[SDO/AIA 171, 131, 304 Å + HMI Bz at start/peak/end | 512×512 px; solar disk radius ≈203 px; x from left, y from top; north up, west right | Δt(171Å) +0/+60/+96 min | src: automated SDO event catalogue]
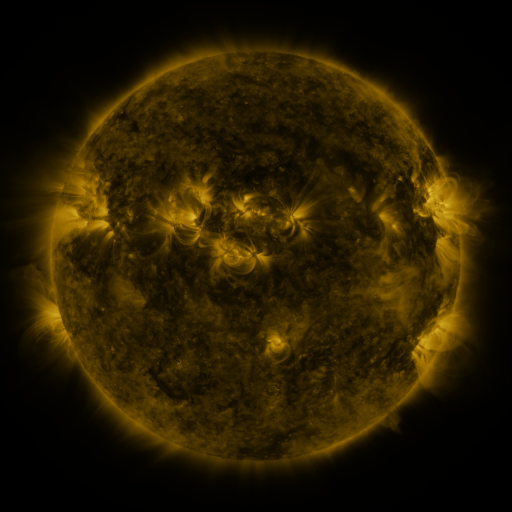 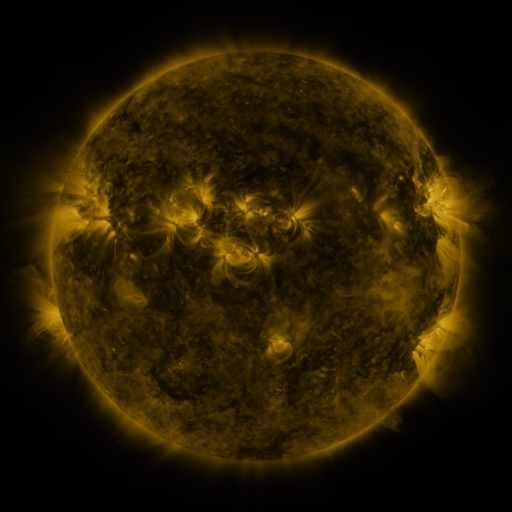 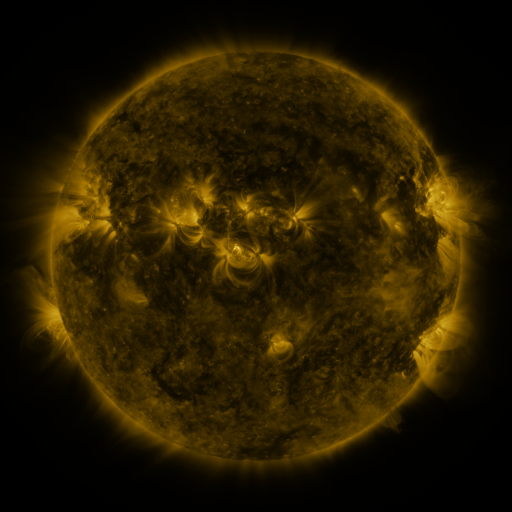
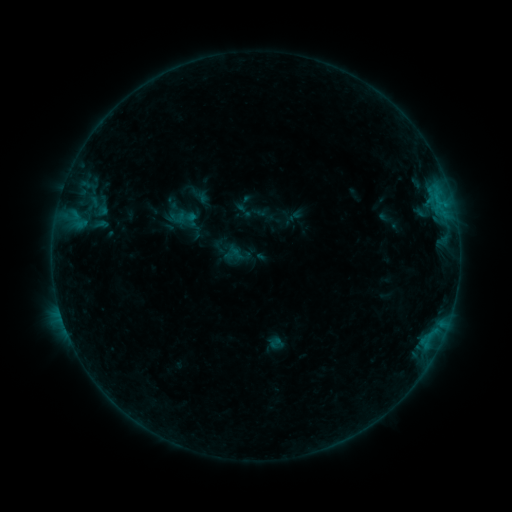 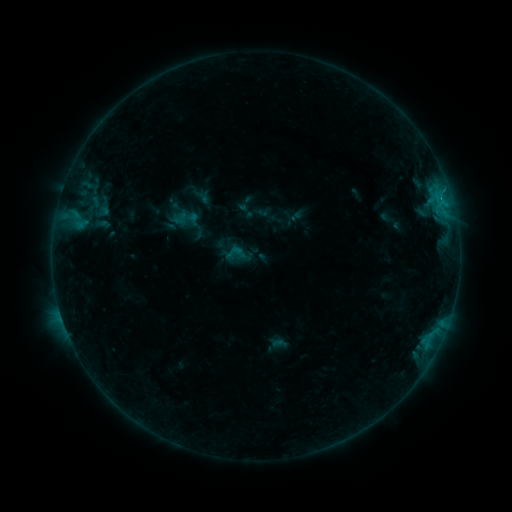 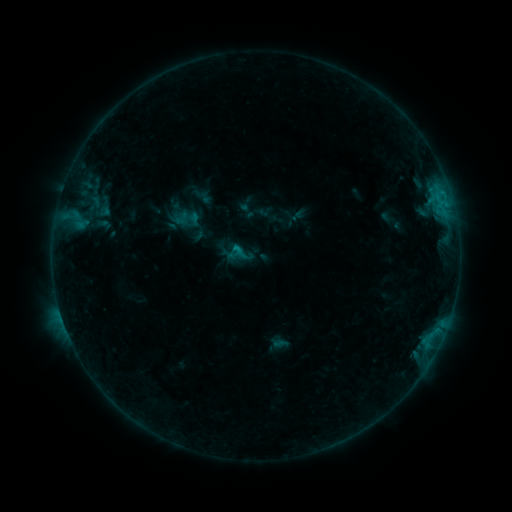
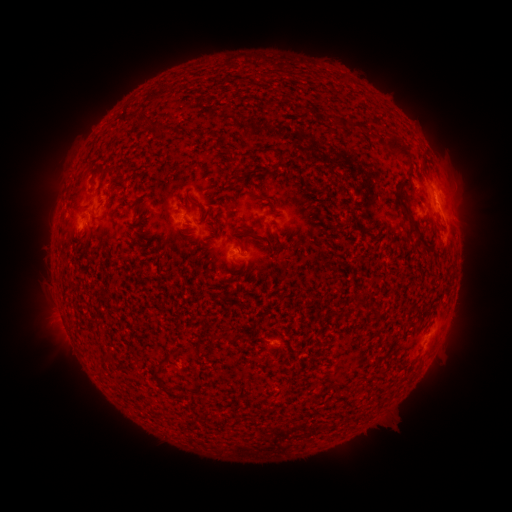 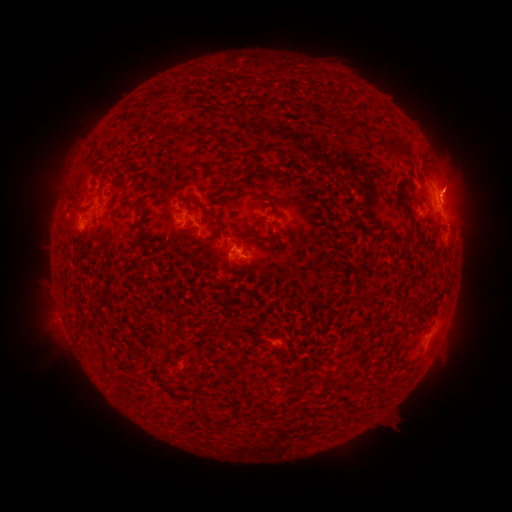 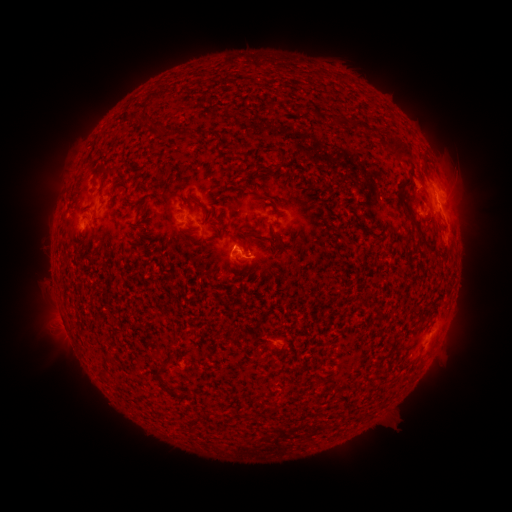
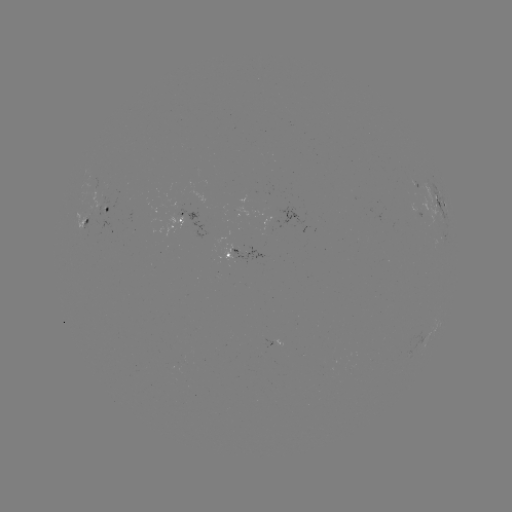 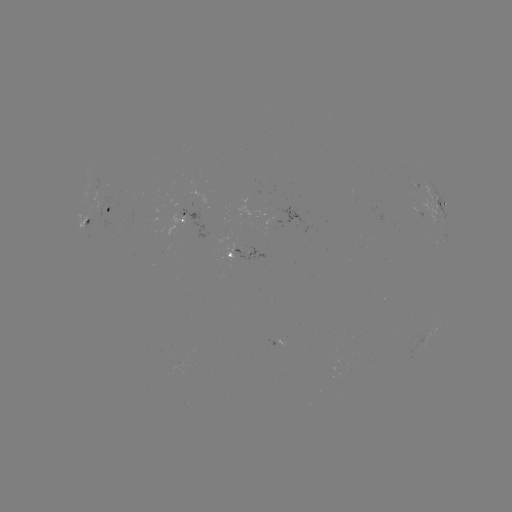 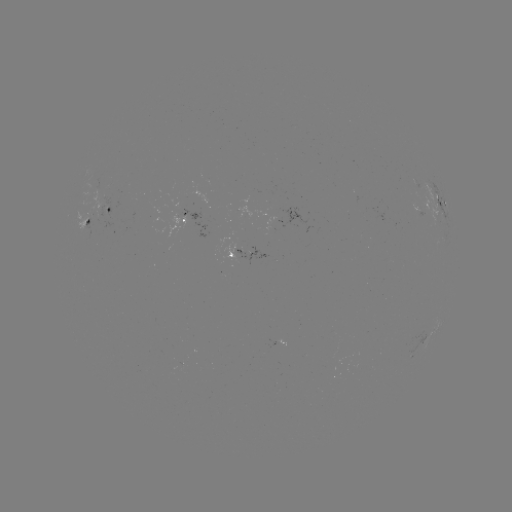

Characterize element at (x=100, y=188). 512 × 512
emerging-flux region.